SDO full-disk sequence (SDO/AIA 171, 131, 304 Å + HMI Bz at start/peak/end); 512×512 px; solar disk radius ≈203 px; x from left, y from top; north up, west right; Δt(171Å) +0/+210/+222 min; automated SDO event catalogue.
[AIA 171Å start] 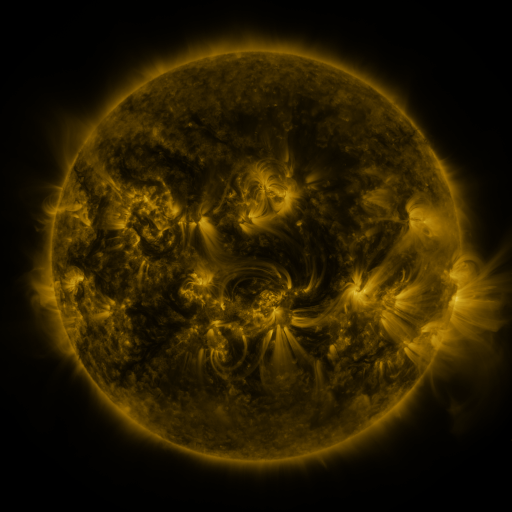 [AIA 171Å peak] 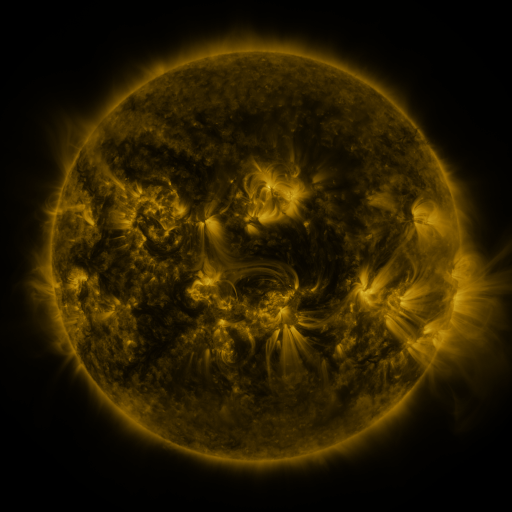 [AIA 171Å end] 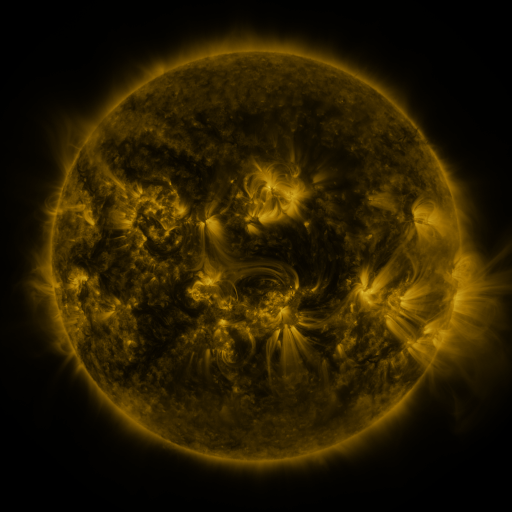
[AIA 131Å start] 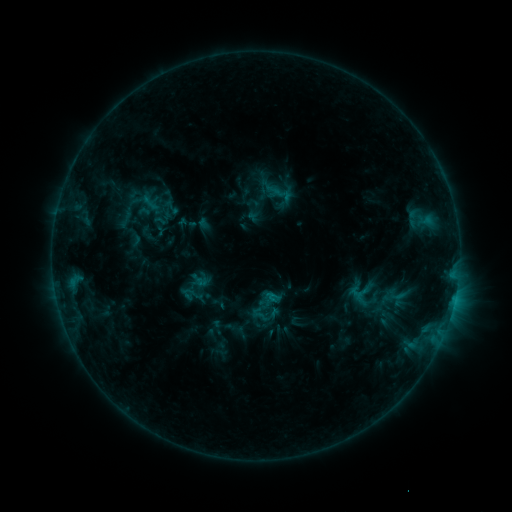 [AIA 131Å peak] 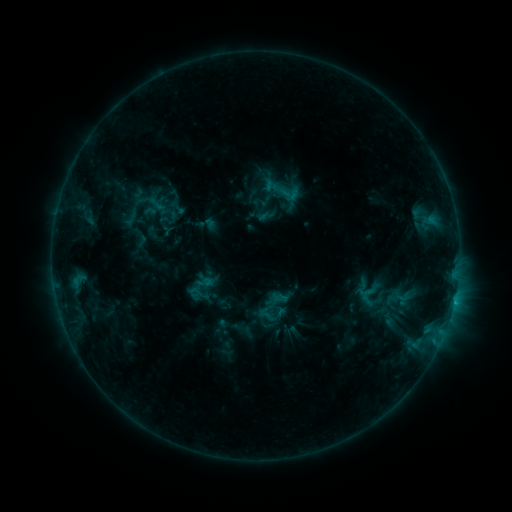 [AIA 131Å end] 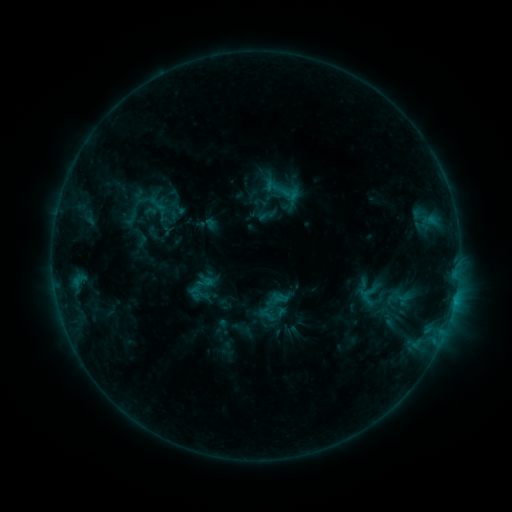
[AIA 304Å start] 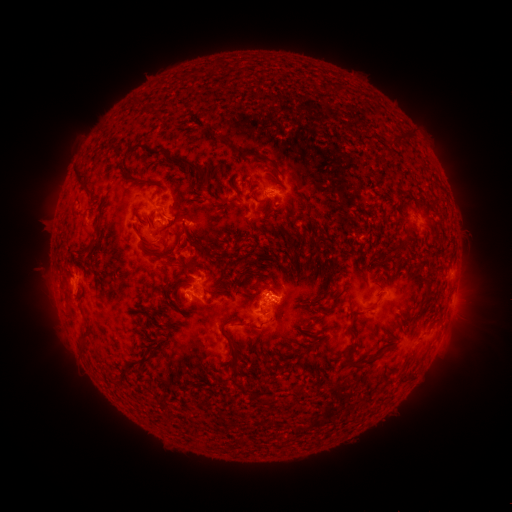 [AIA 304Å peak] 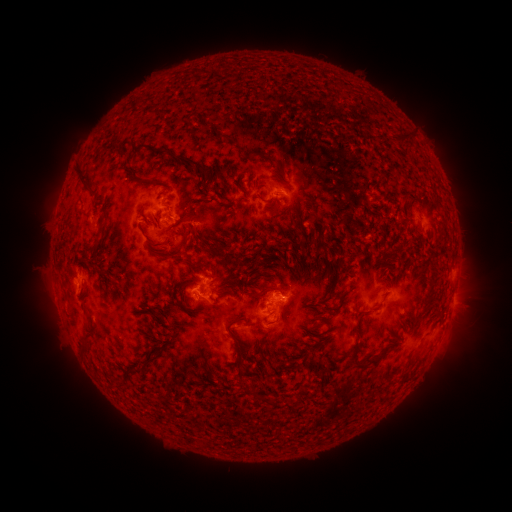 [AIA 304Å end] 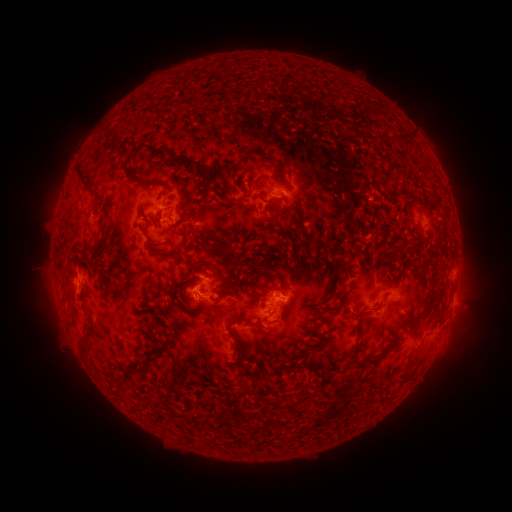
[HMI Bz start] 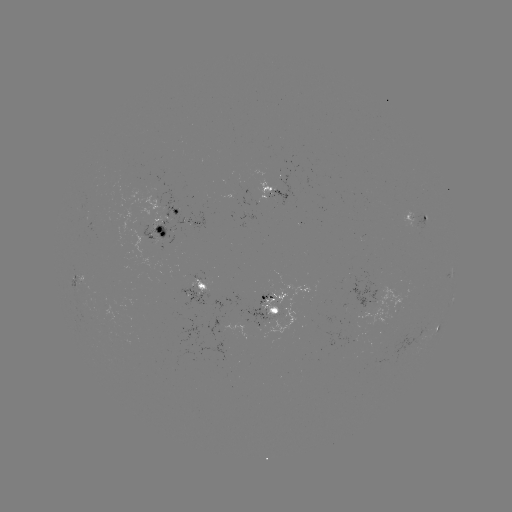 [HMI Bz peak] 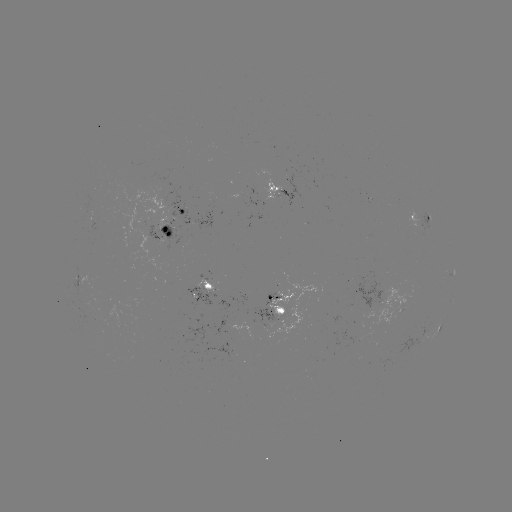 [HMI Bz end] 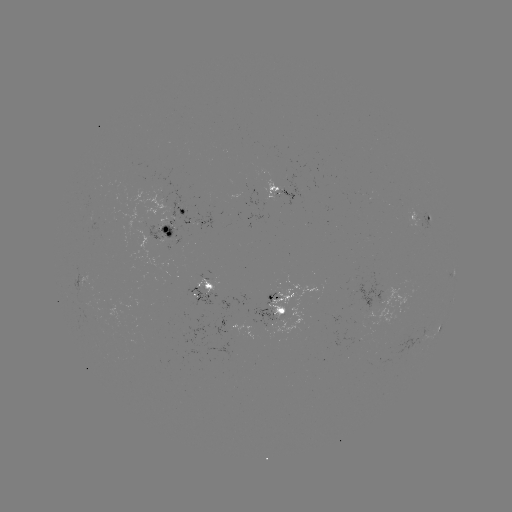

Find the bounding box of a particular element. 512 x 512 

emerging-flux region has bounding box [196, 279, 219, 294].